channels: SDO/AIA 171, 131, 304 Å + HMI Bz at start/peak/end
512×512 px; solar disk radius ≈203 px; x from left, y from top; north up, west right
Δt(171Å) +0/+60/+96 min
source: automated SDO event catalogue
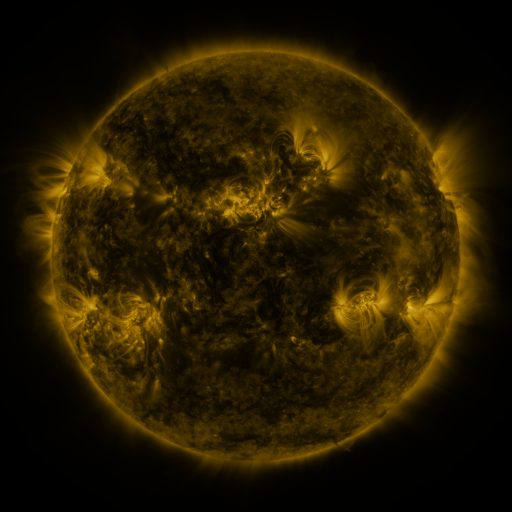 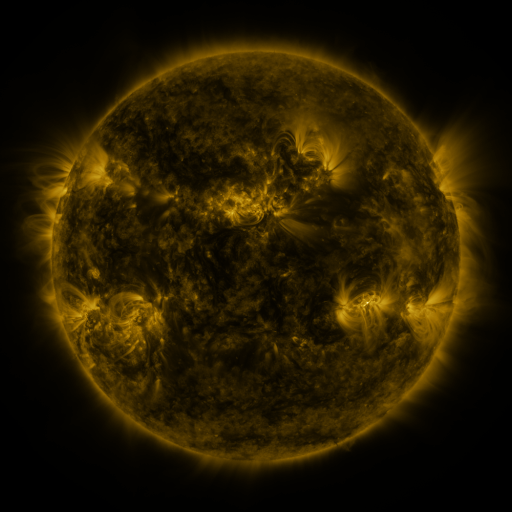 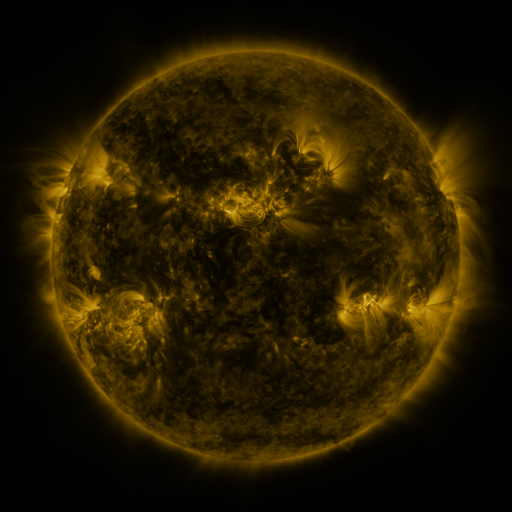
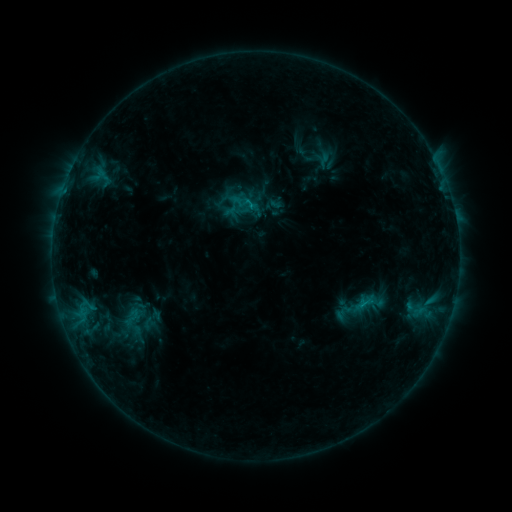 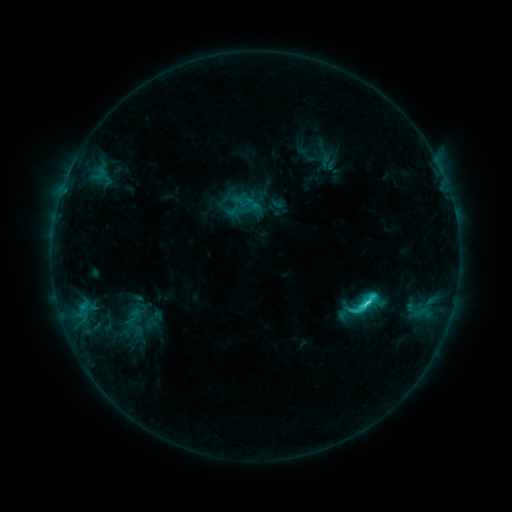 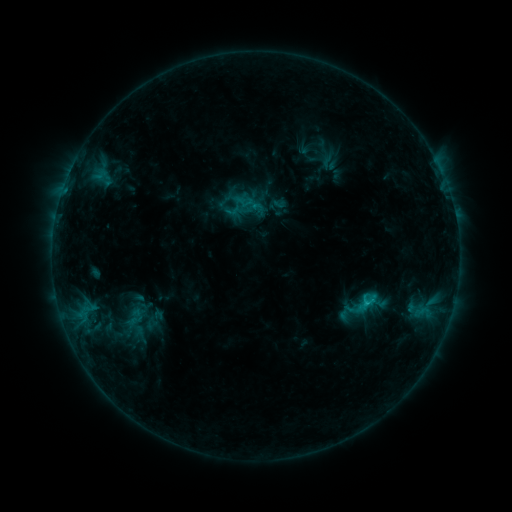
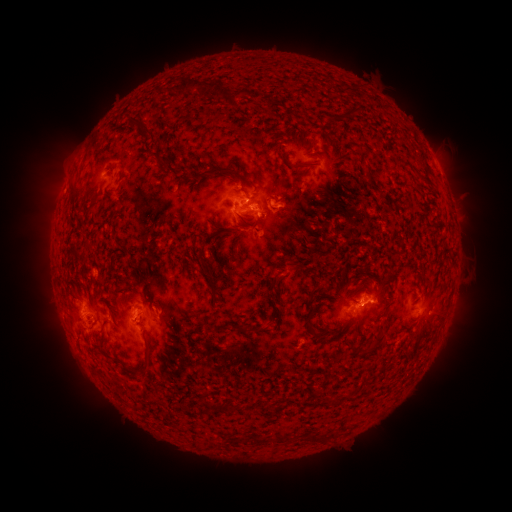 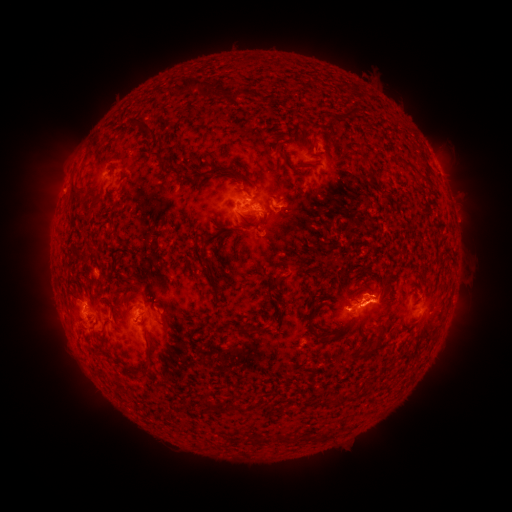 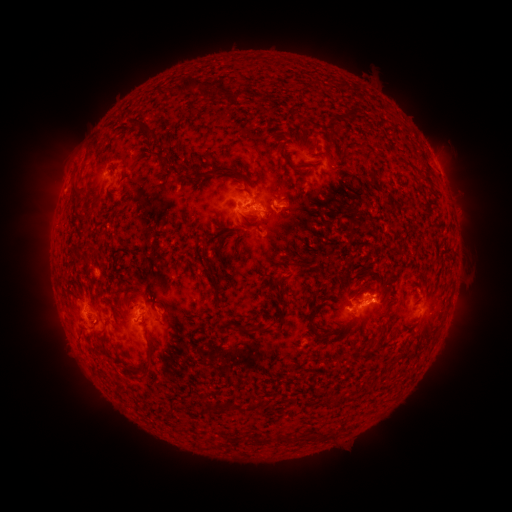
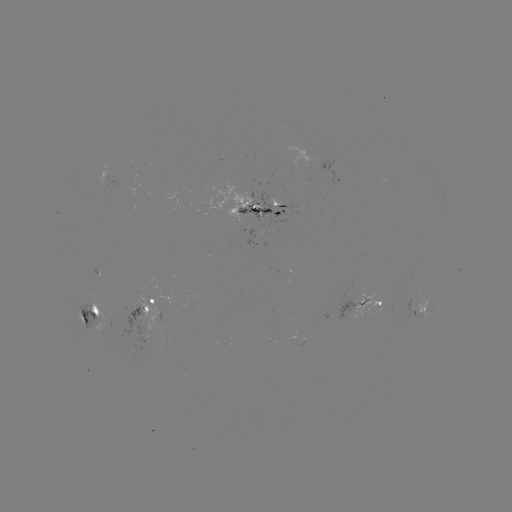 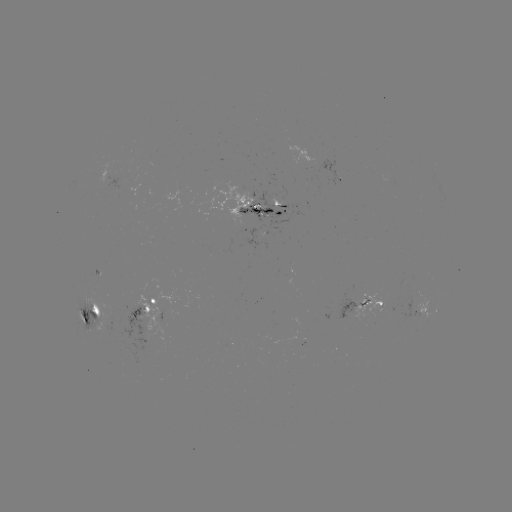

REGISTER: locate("emerging-flux region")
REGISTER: (130, 159)